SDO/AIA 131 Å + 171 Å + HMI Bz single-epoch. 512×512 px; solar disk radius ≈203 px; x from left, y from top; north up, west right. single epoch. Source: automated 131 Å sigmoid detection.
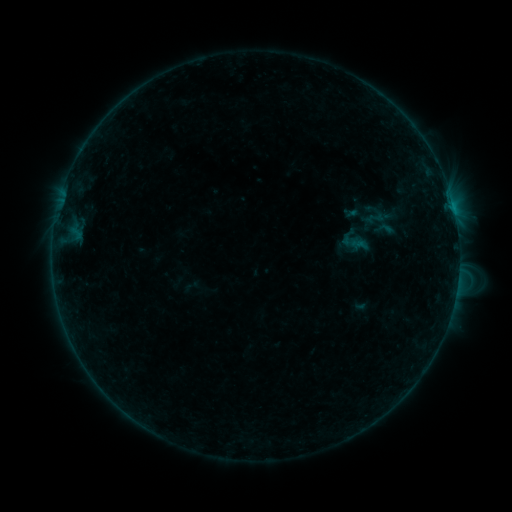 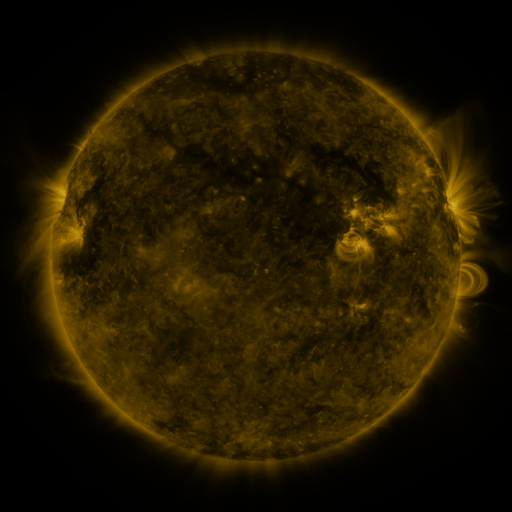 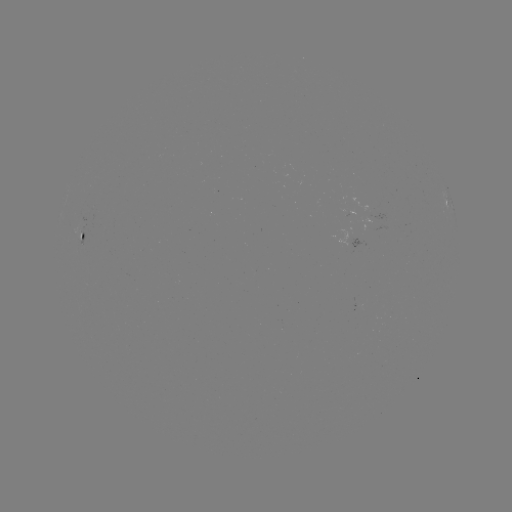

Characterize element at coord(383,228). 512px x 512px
sigmoid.